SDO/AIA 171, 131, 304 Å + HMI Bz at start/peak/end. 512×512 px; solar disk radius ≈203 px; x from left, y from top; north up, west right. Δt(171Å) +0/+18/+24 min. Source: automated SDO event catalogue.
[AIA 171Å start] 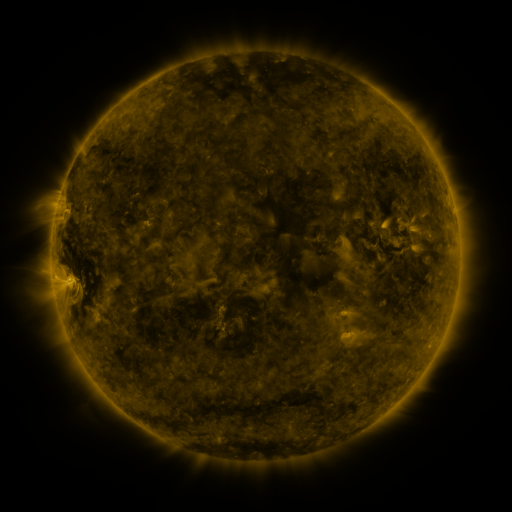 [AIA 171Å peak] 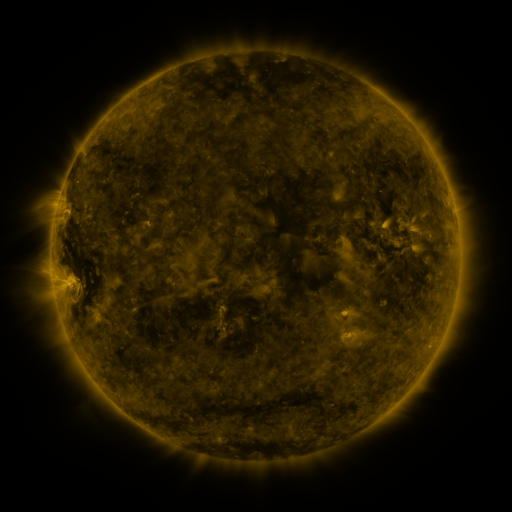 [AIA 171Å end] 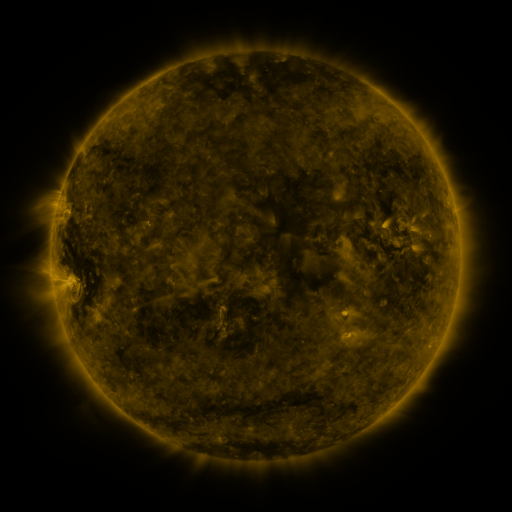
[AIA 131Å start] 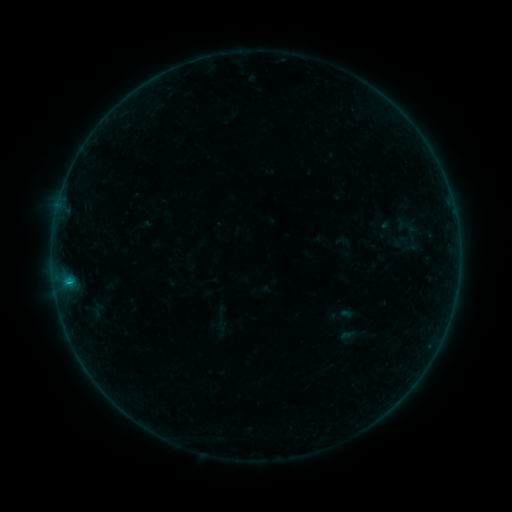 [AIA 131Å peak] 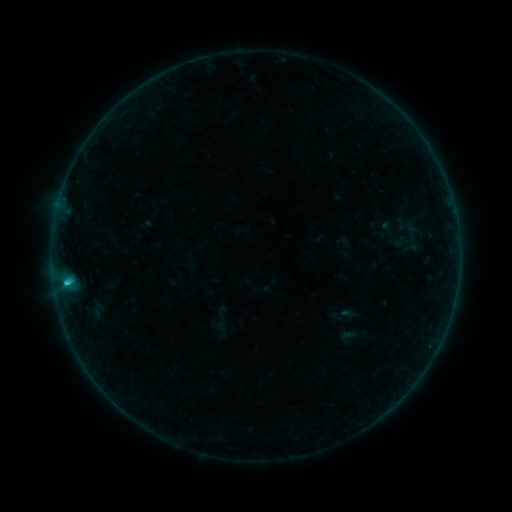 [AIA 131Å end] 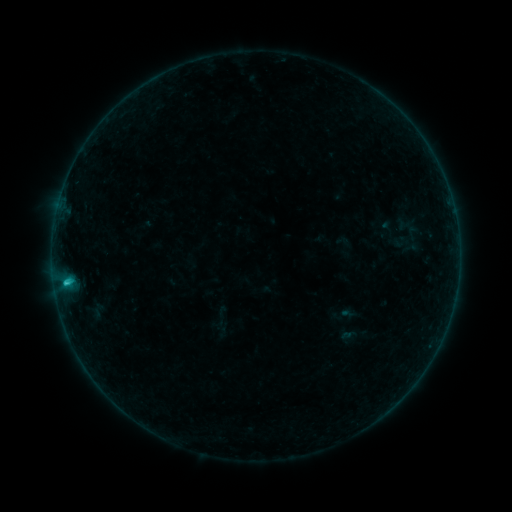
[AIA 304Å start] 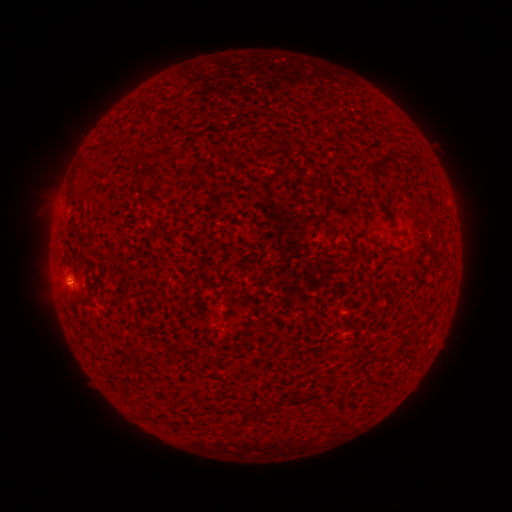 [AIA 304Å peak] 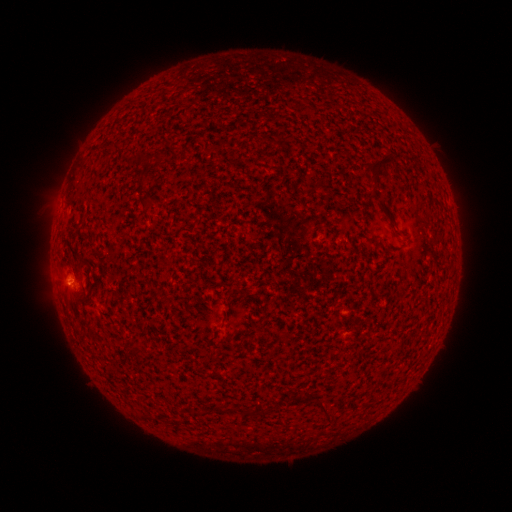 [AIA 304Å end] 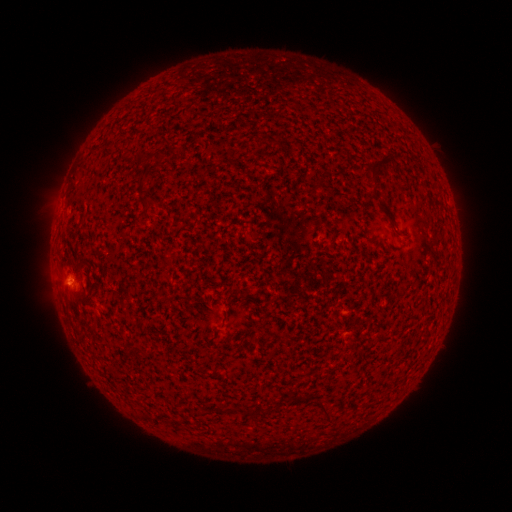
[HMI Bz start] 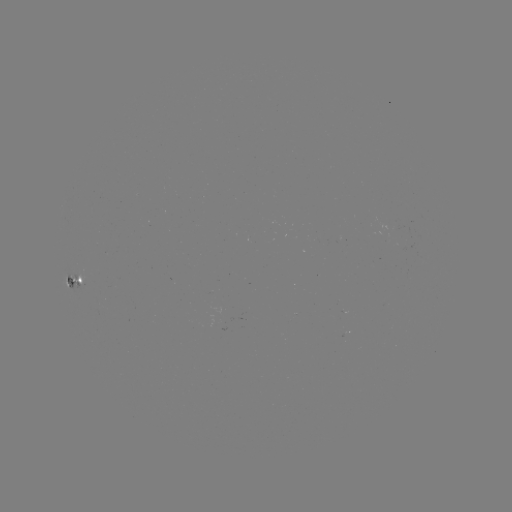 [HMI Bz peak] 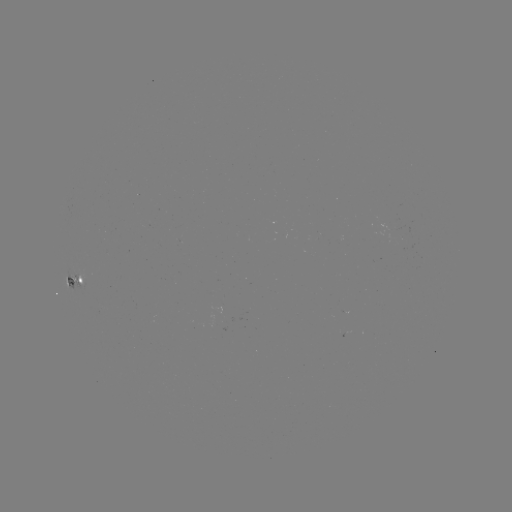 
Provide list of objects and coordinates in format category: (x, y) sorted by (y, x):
B8.5 flare: (68, 281)
